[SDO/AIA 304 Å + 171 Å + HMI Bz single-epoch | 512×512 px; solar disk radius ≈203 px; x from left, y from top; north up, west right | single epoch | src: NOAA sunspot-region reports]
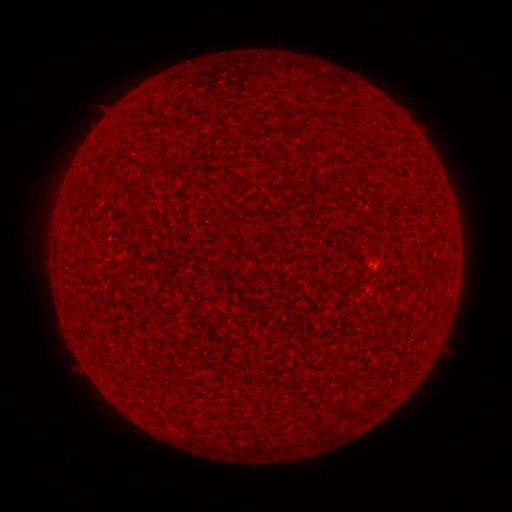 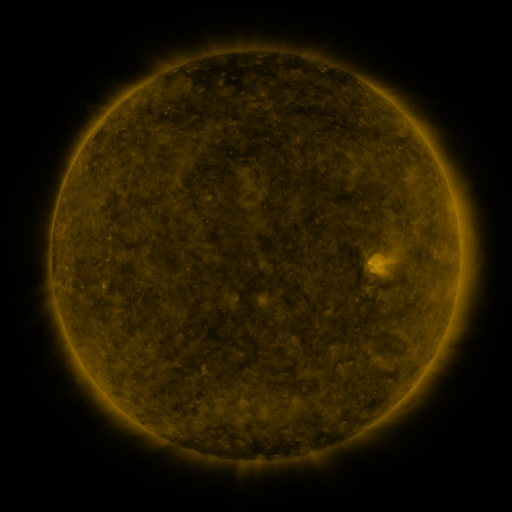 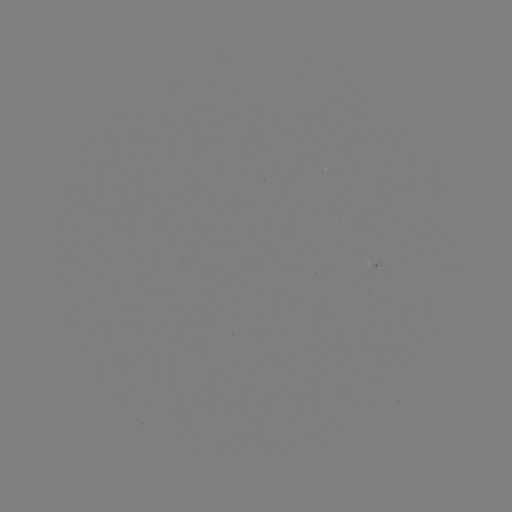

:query spotted active region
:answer [372, 263]